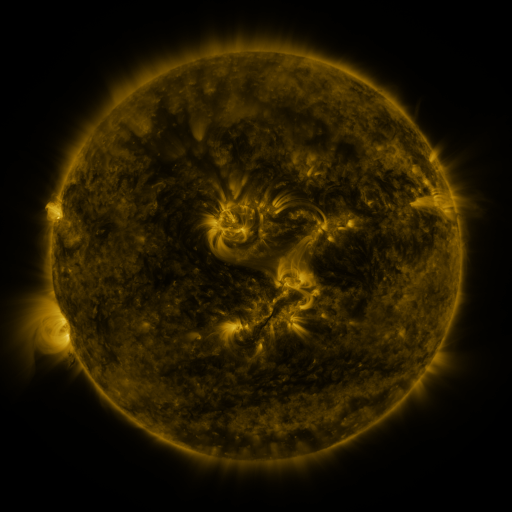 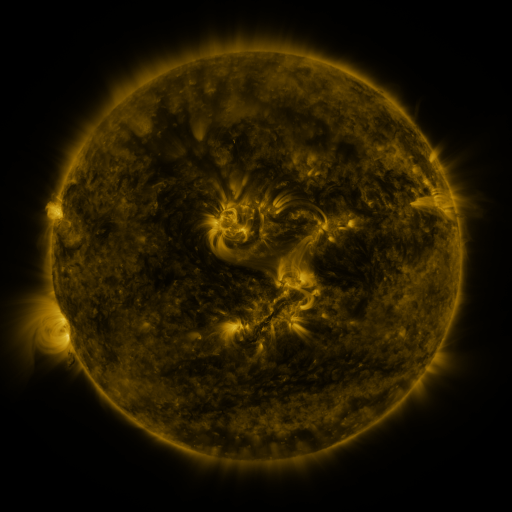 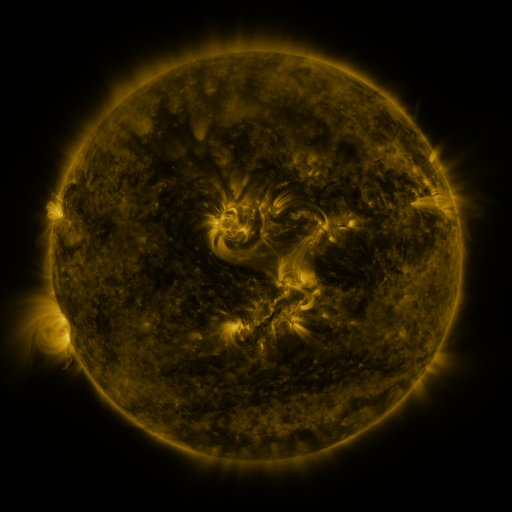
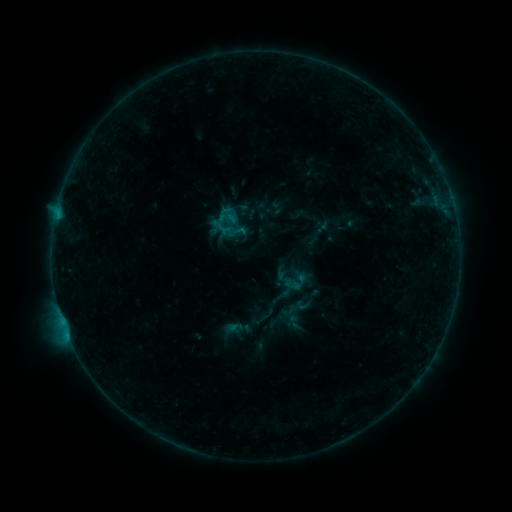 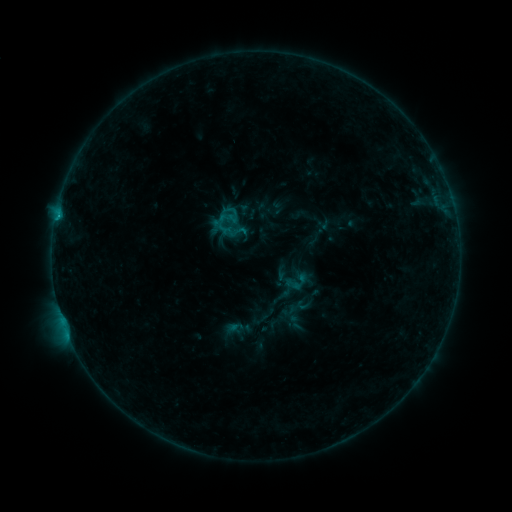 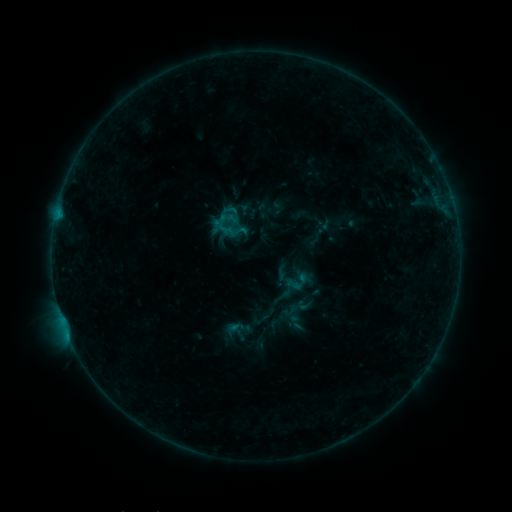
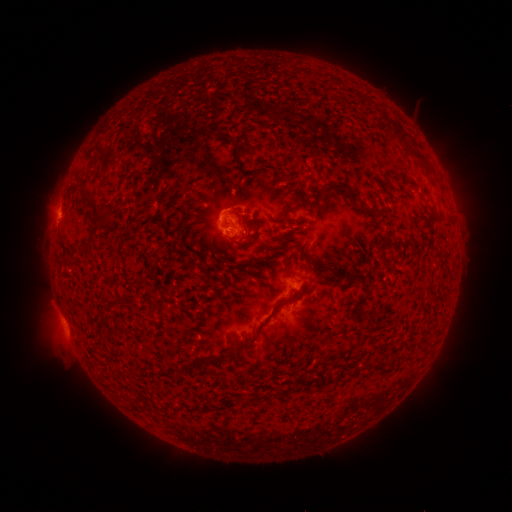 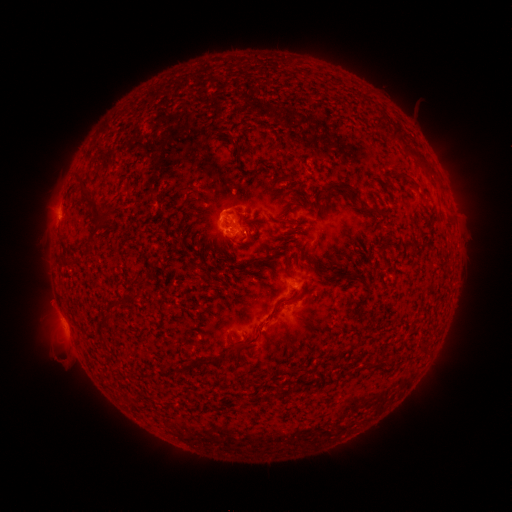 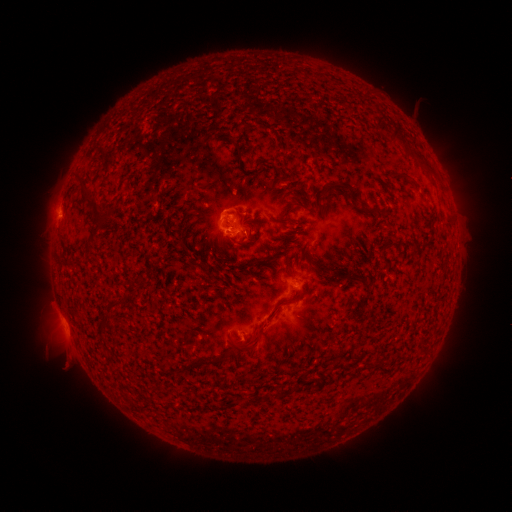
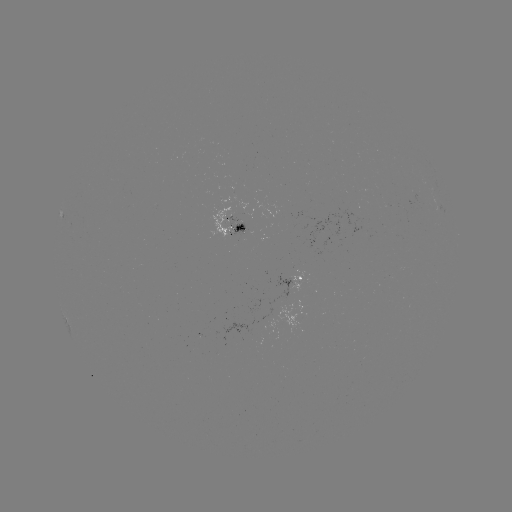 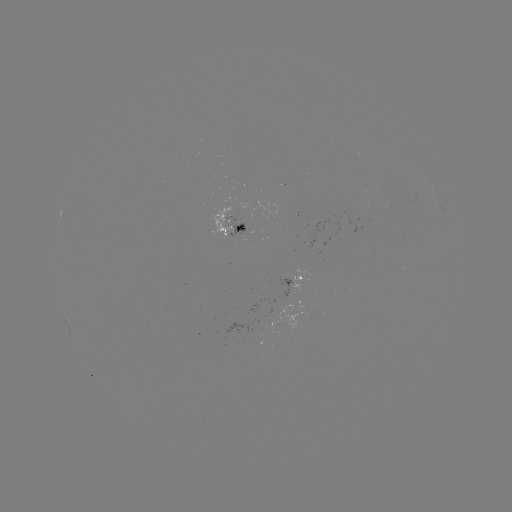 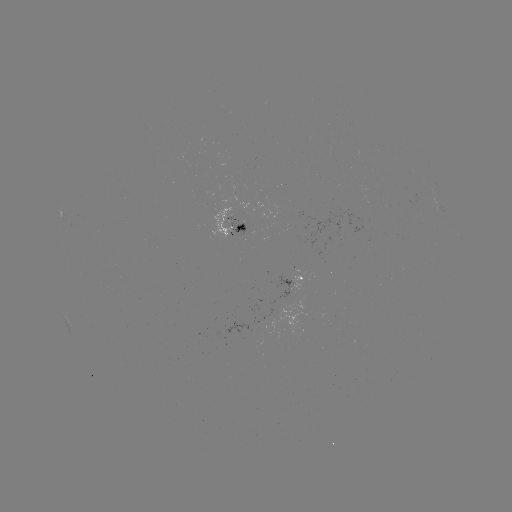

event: flare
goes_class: B6.1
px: (58, 217)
